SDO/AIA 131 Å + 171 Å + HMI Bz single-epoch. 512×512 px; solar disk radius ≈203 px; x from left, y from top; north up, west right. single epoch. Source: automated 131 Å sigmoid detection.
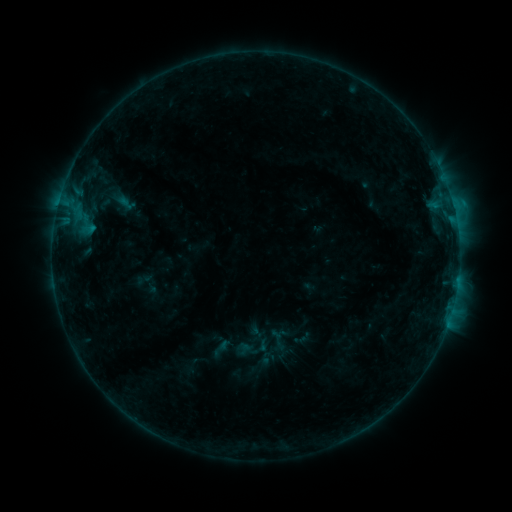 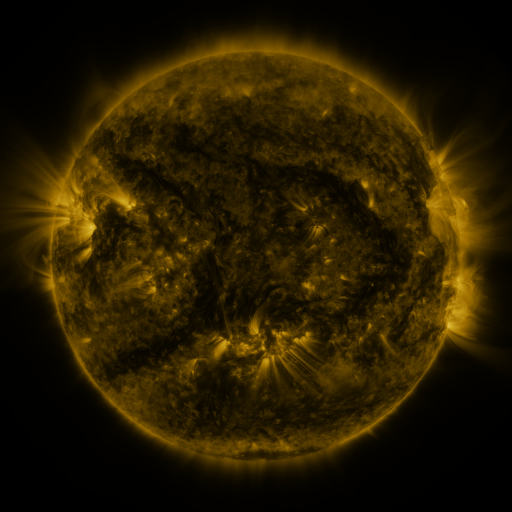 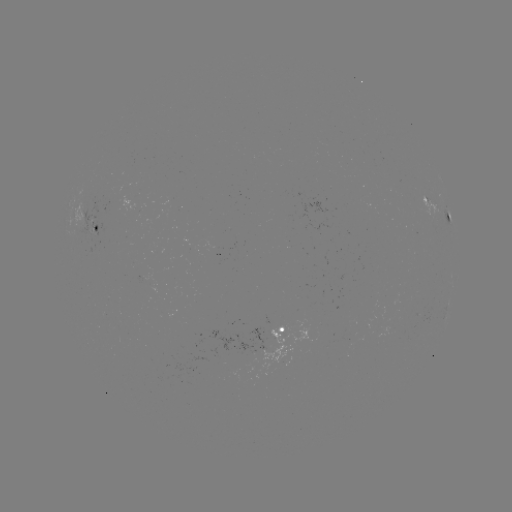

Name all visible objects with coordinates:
sigmoid: <bbox>266, 328, 288, 350</bbox>
sigmoid: <bbox>228, 367, 257, 393</bbox>
